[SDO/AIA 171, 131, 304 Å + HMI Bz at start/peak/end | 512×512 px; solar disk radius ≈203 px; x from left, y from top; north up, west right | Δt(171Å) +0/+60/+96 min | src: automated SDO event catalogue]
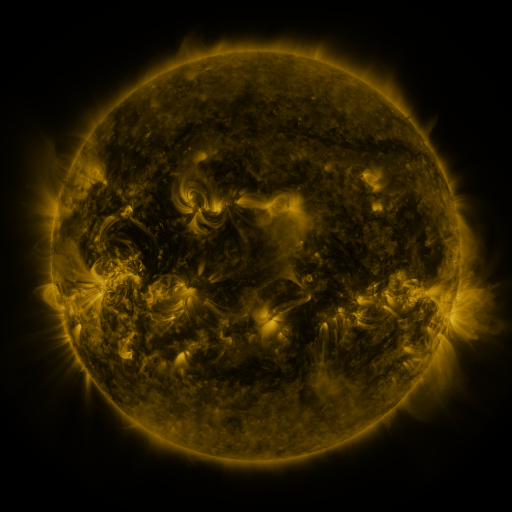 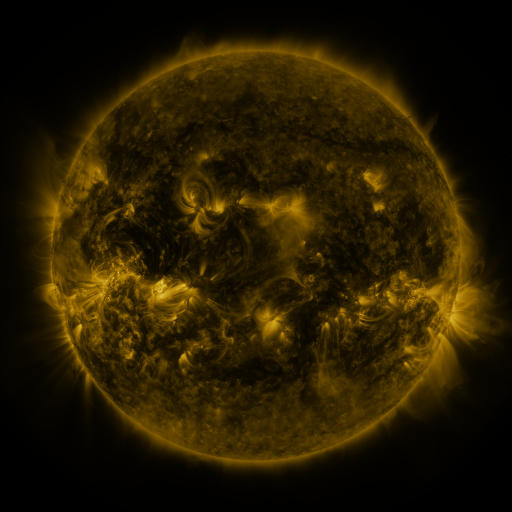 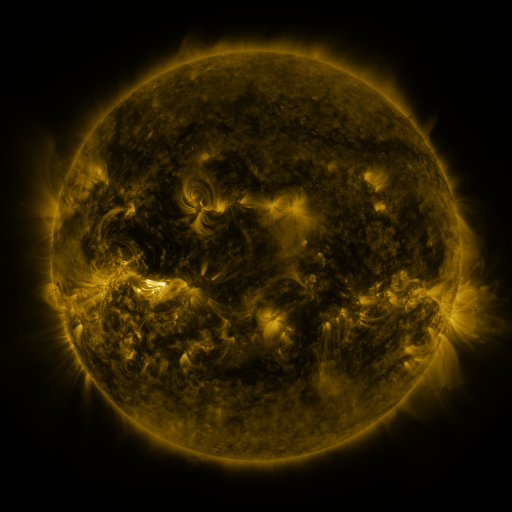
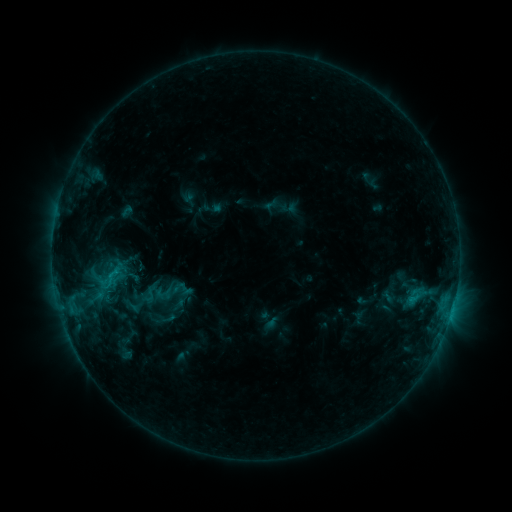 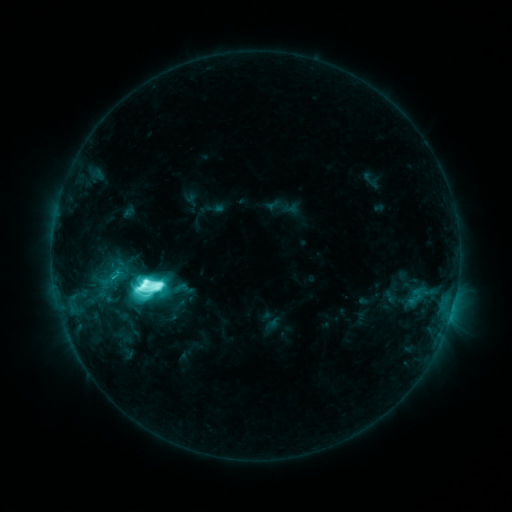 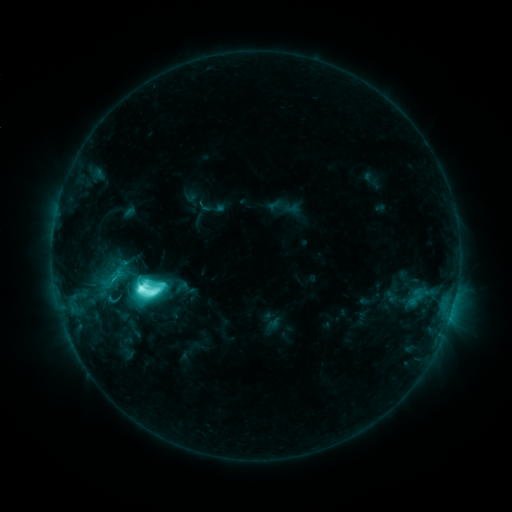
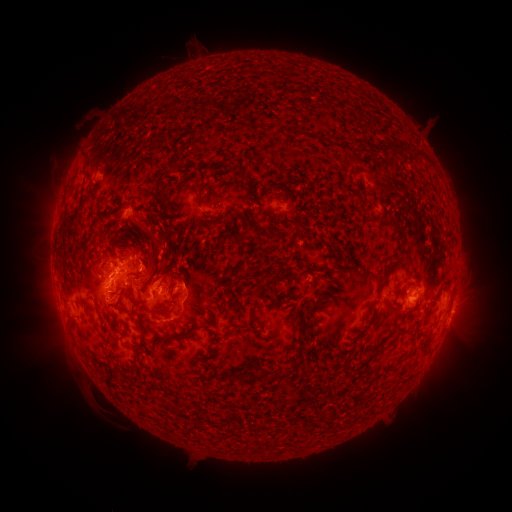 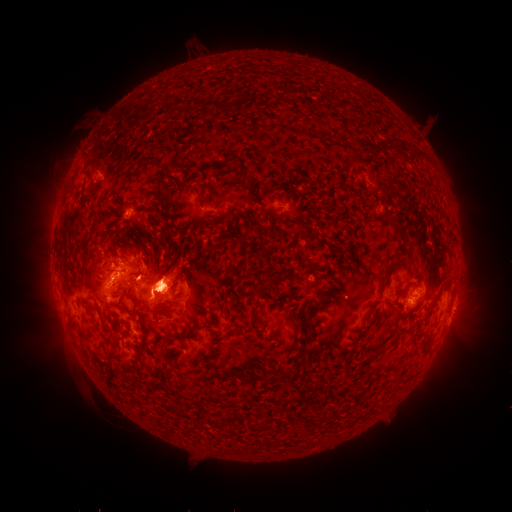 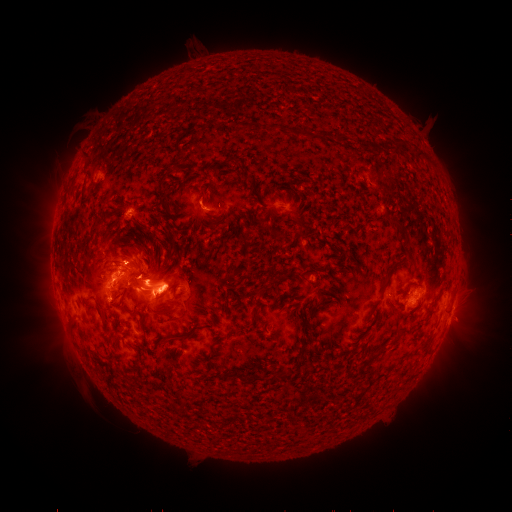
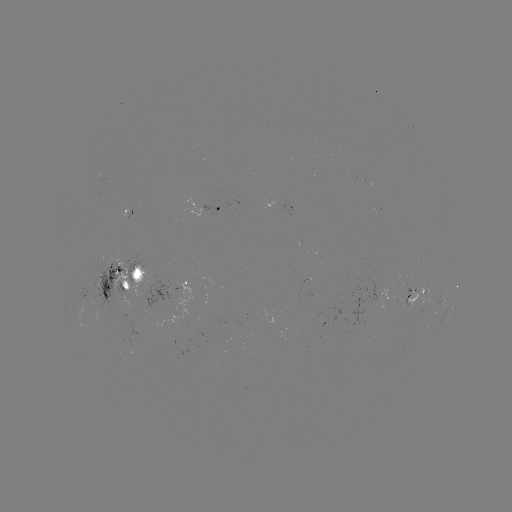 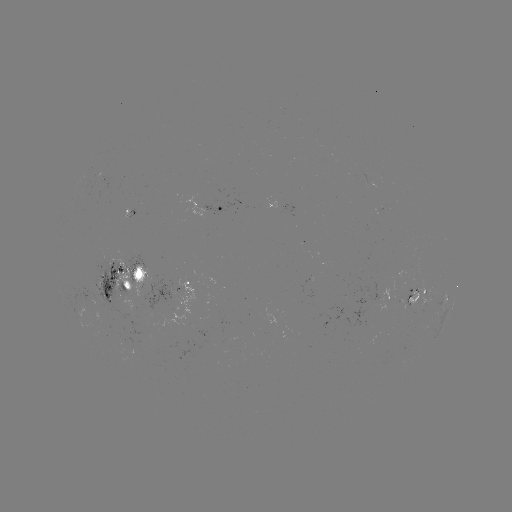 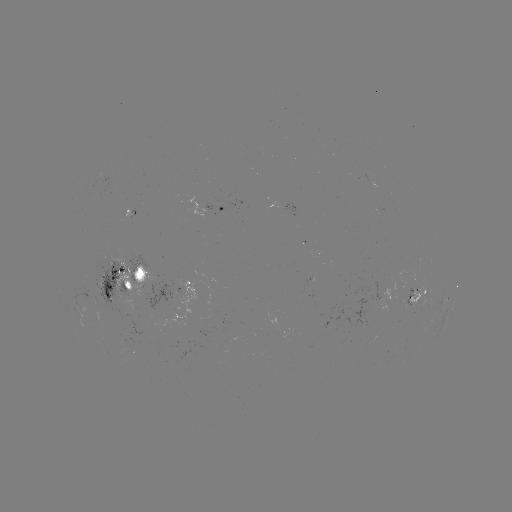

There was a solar flare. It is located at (146, 284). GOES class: M4.0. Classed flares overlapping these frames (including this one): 2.